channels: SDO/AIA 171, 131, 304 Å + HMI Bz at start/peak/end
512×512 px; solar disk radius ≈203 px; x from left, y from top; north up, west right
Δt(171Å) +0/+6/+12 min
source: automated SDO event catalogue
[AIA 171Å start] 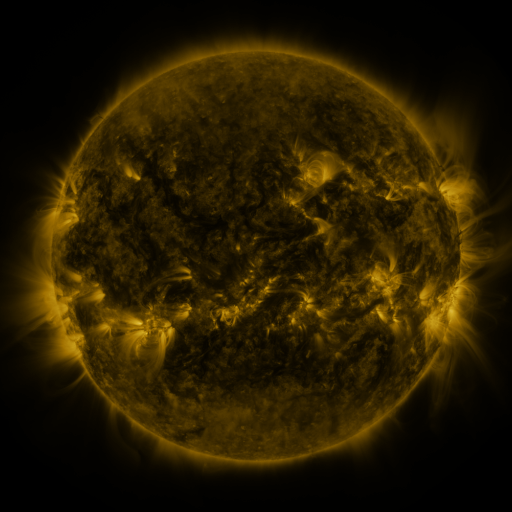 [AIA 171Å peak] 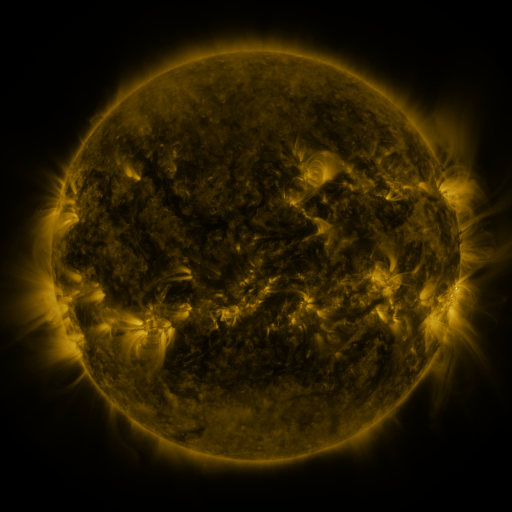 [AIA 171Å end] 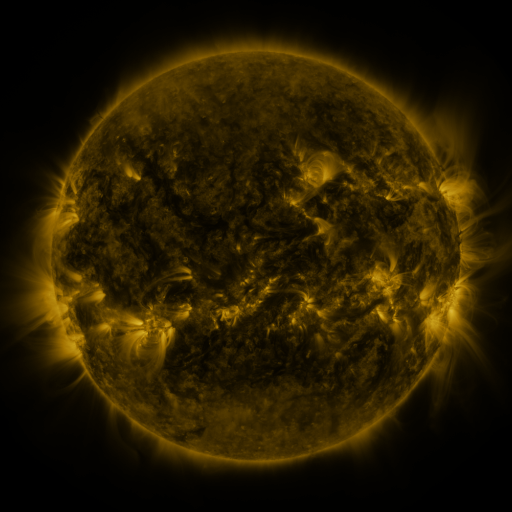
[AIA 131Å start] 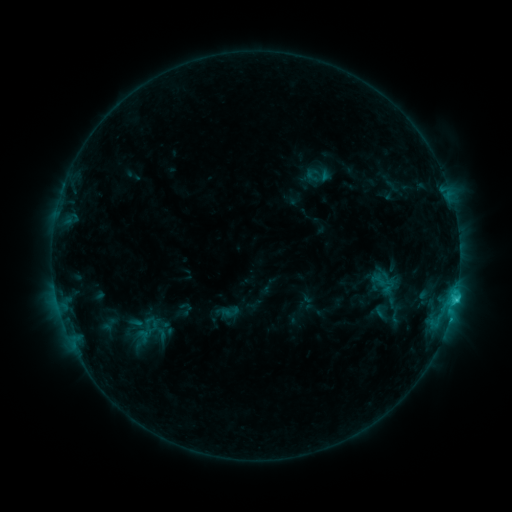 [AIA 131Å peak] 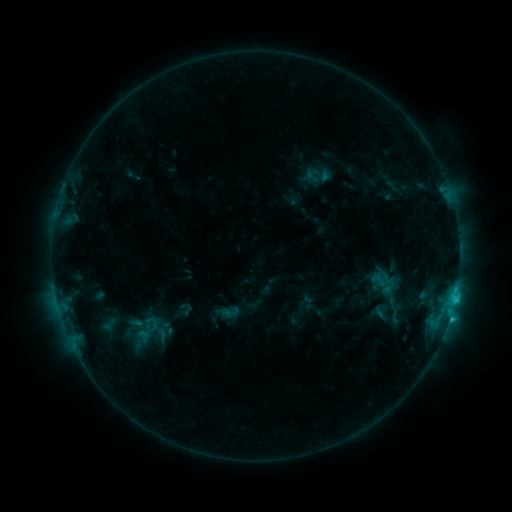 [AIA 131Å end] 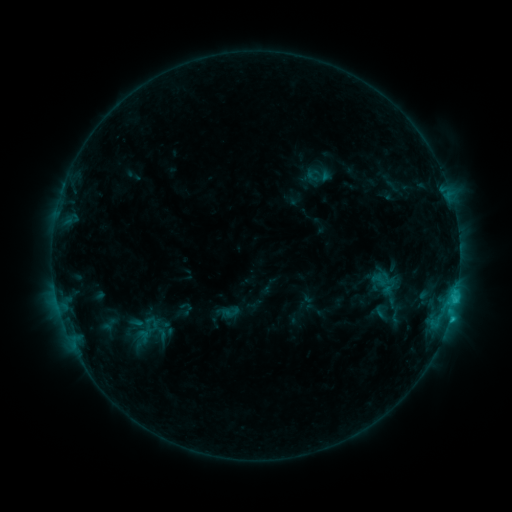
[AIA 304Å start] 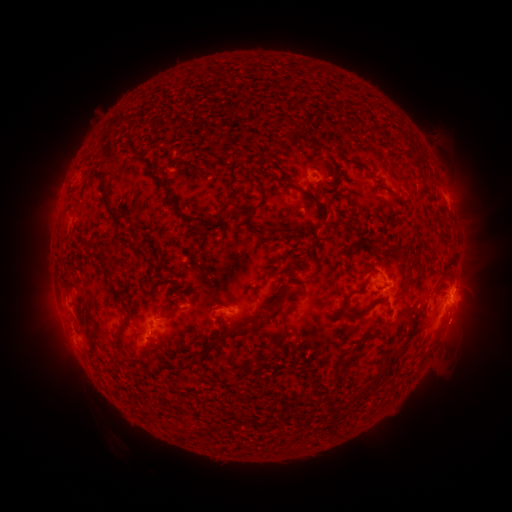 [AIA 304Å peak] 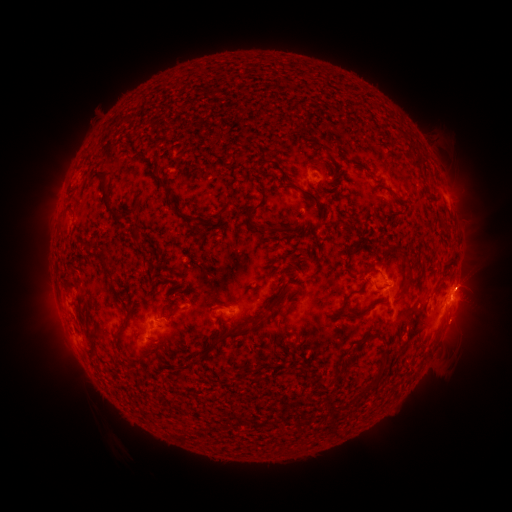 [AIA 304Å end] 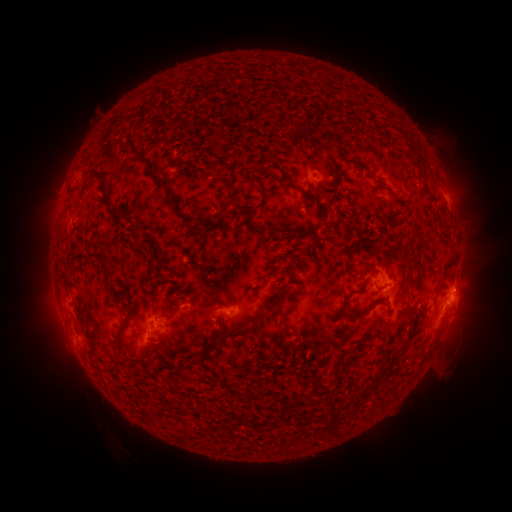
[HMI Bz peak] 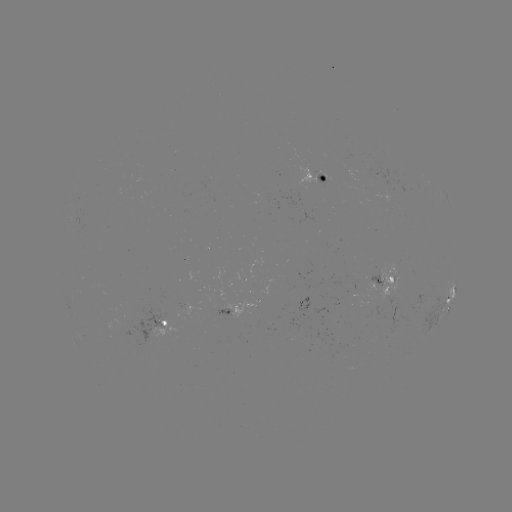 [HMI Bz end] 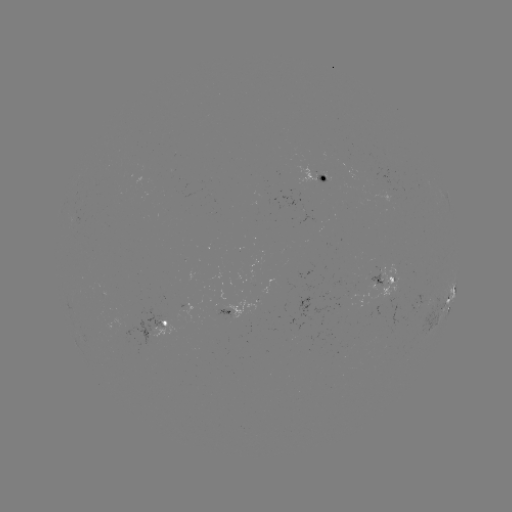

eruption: <bbox>440, 257, 493, 303</bbox>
